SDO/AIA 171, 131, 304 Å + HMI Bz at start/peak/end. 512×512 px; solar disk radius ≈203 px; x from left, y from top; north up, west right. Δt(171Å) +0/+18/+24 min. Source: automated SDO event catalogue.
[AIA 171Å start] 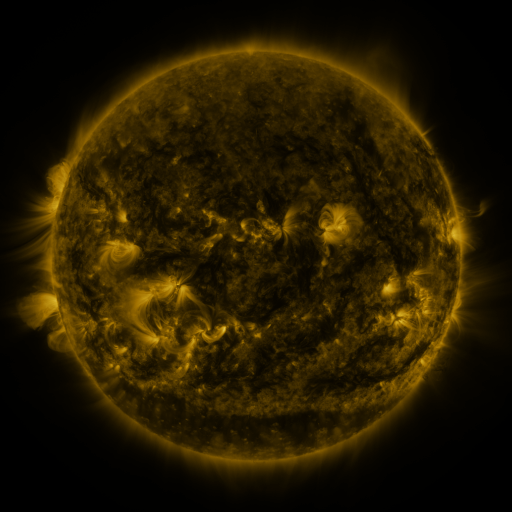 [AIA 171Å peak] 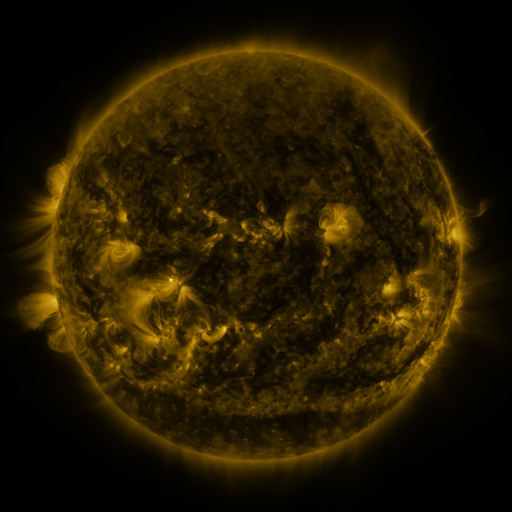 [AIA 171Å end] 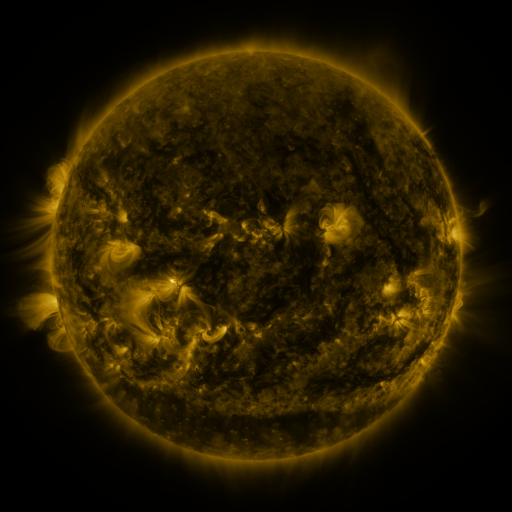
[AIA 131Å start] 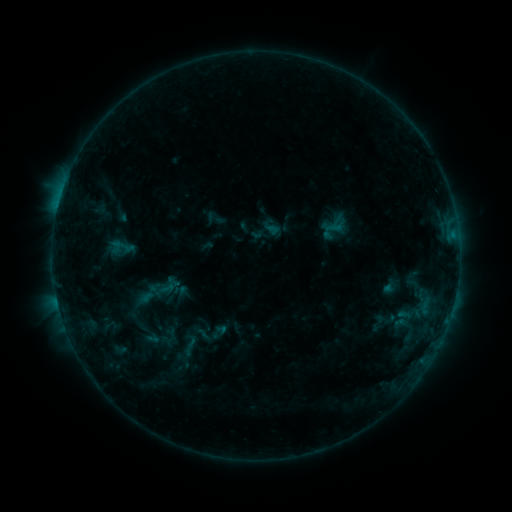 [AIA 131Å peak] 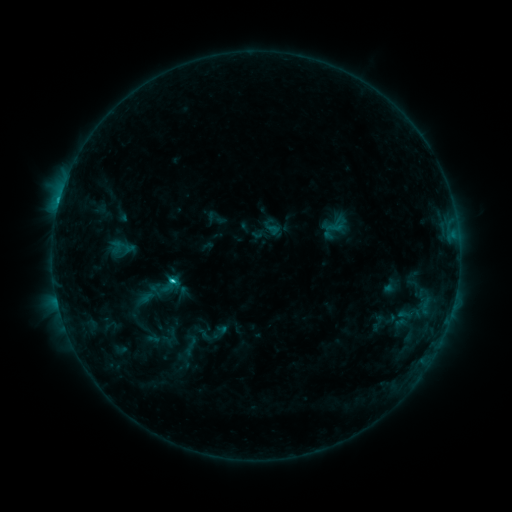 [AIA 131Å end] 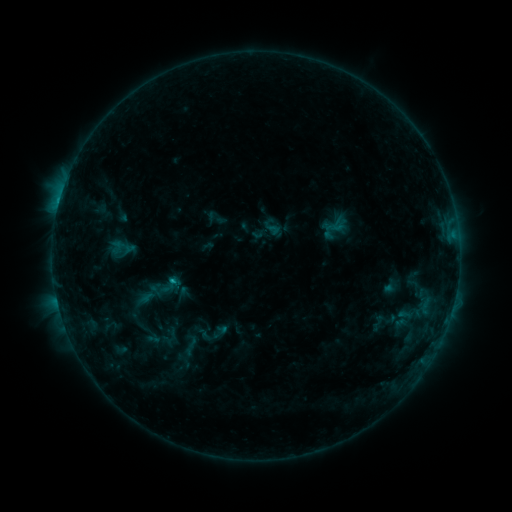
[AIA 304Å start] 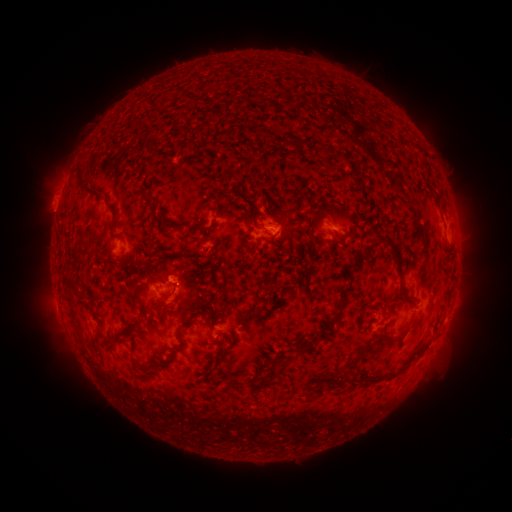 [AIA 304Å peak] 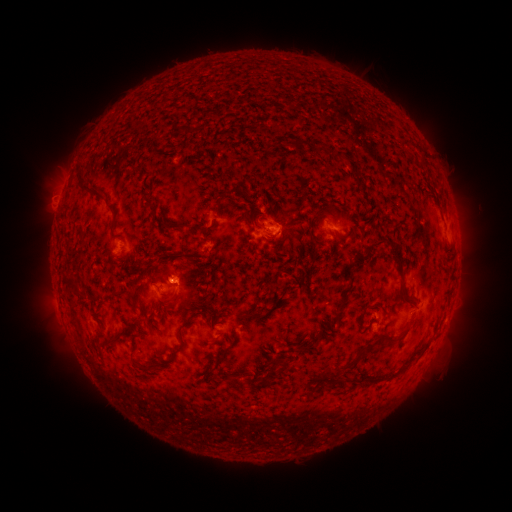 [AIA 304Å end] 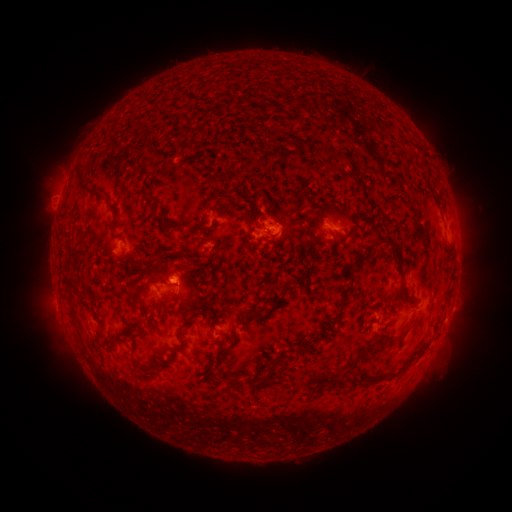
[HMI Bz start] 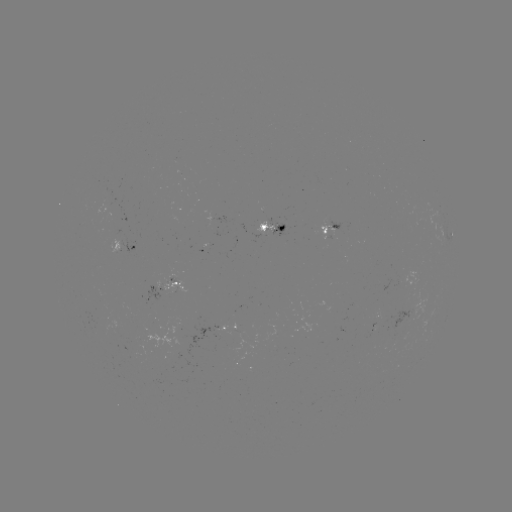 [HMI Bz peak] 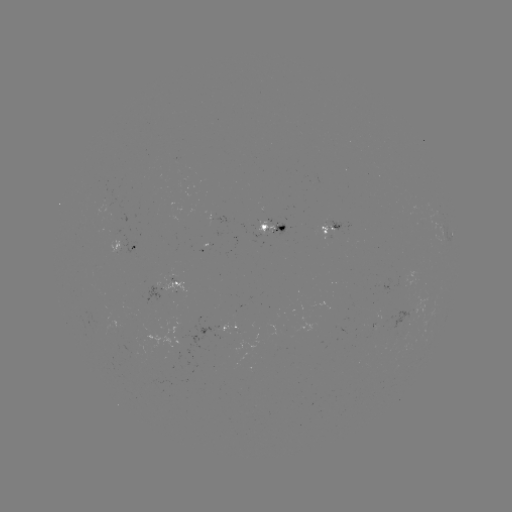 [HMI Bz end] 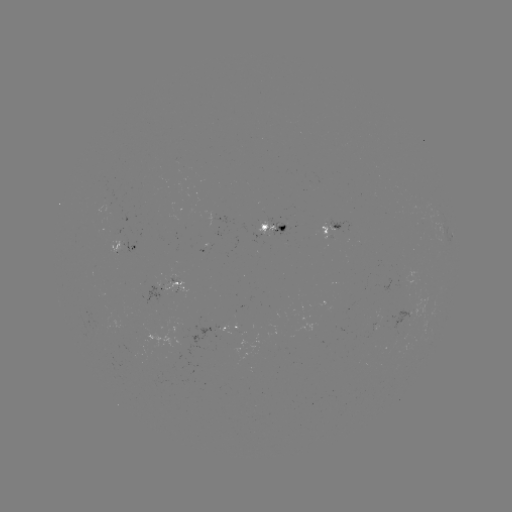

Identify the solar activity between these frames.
C1.9 flare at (173, 280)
